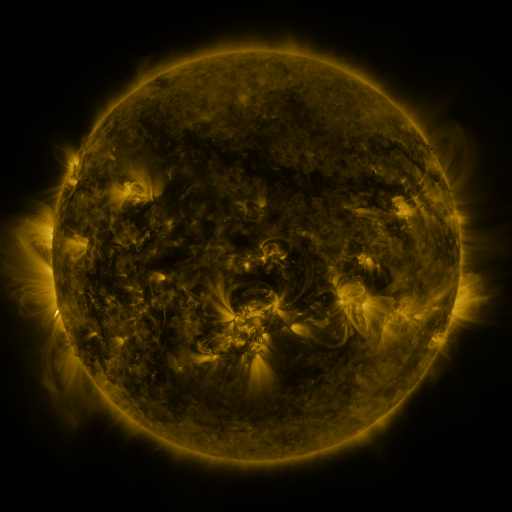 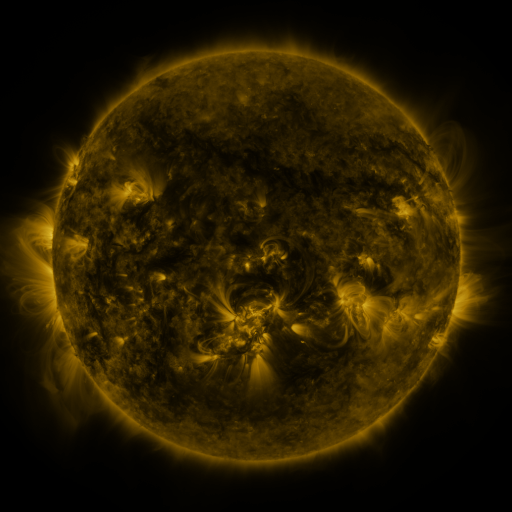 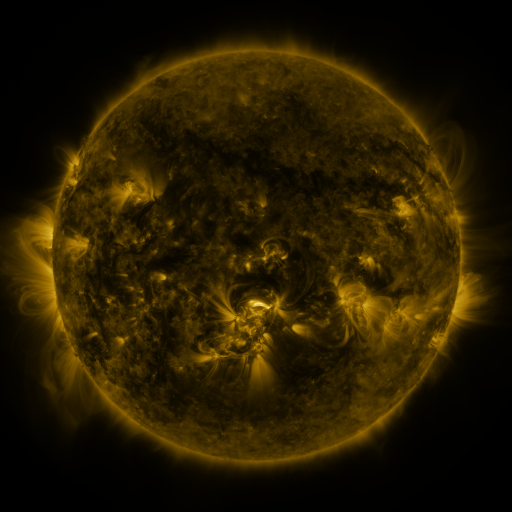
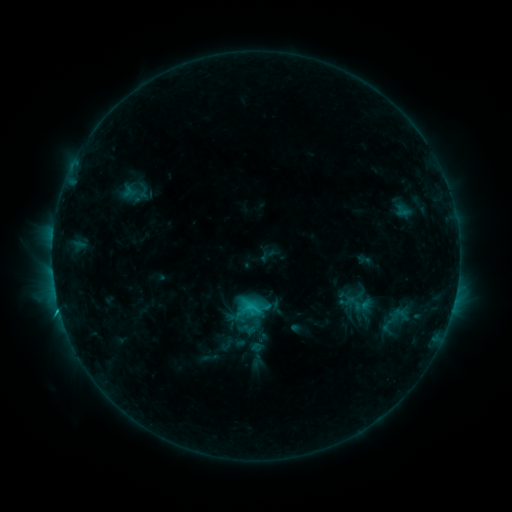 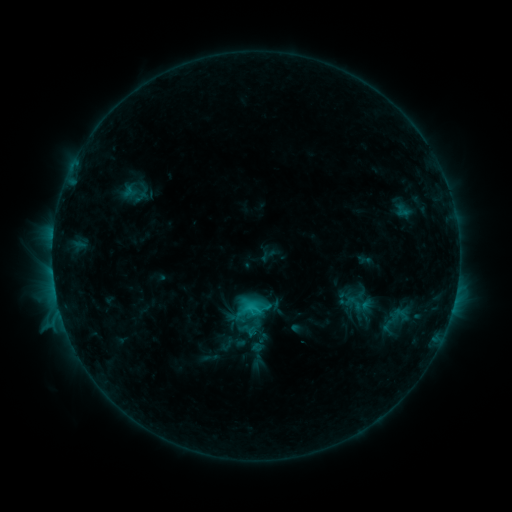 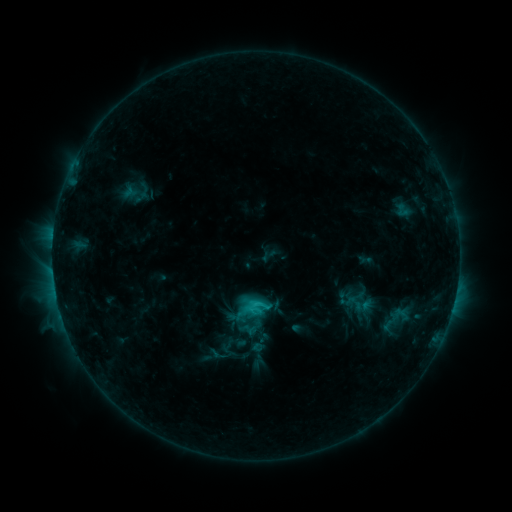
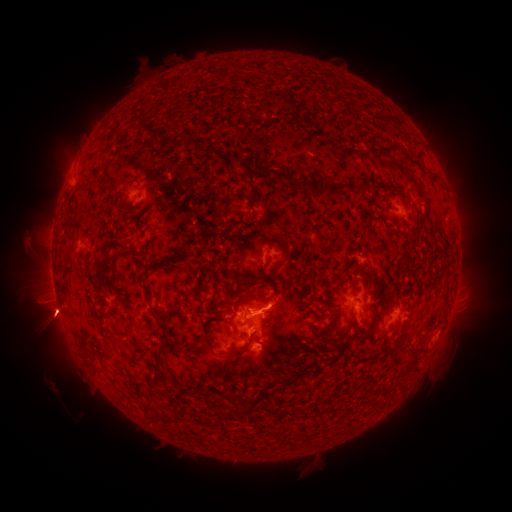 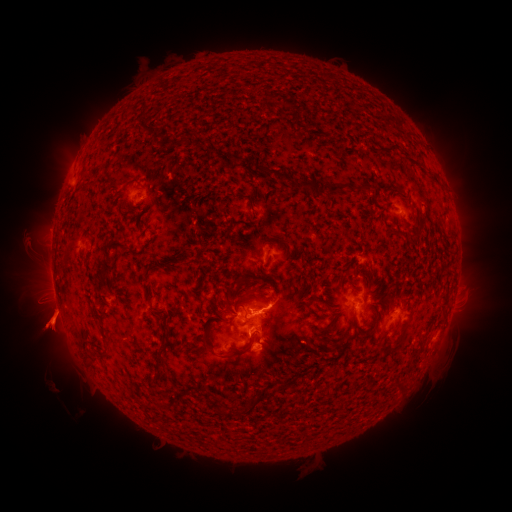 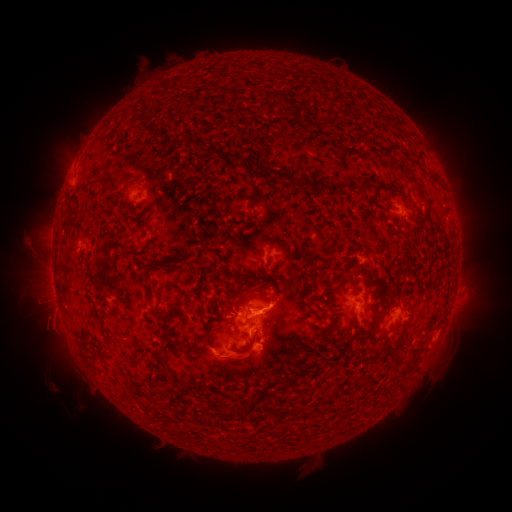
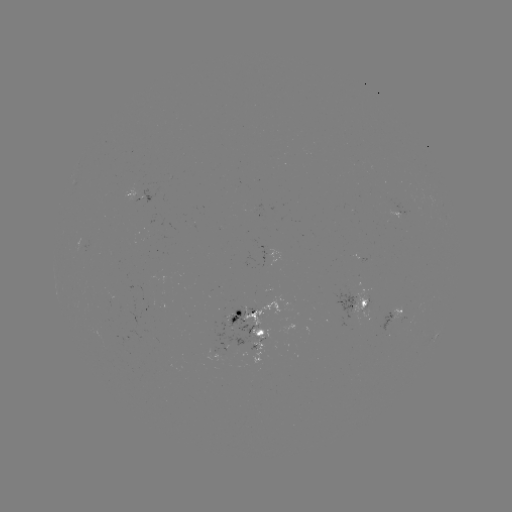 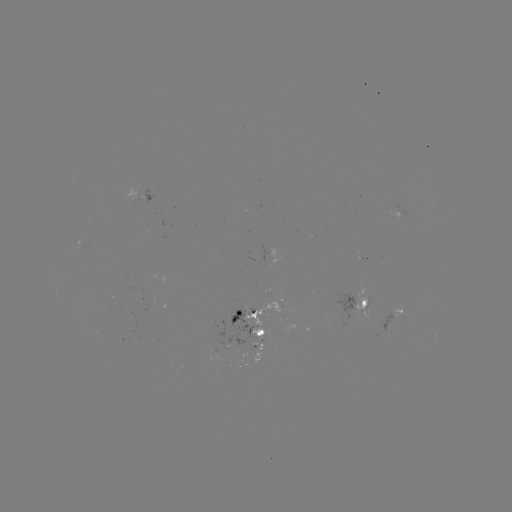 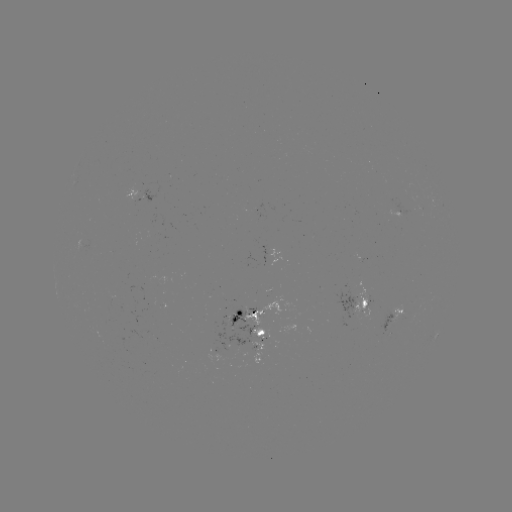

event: eruption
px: (49, 323)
